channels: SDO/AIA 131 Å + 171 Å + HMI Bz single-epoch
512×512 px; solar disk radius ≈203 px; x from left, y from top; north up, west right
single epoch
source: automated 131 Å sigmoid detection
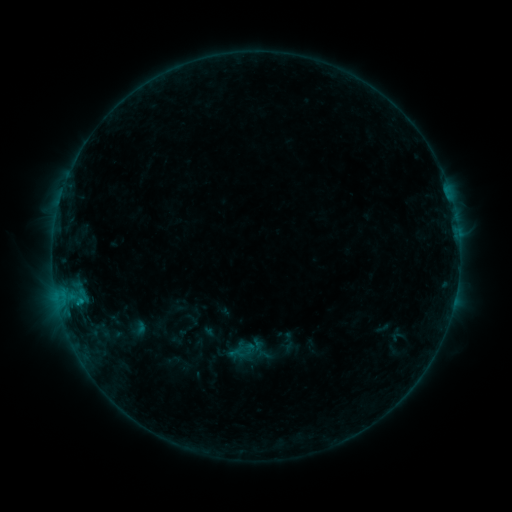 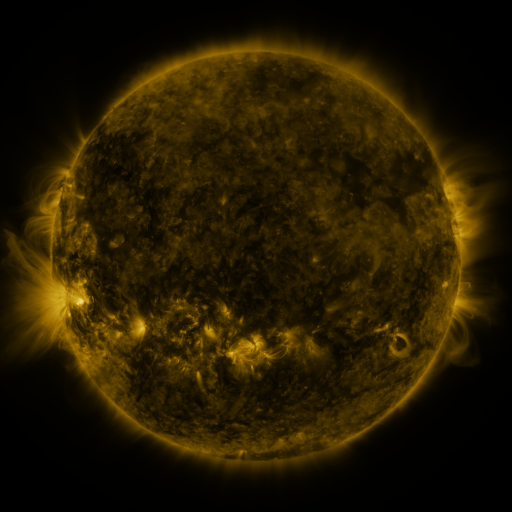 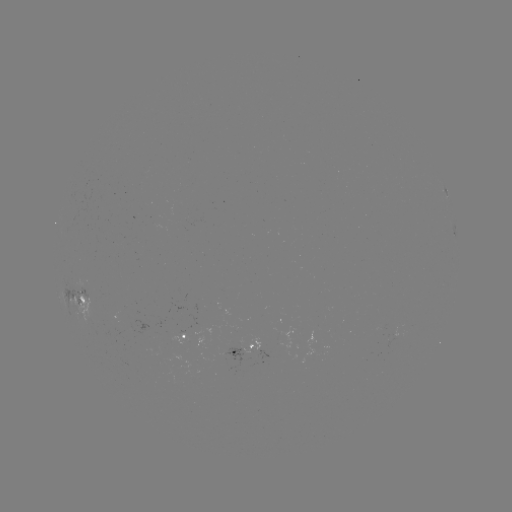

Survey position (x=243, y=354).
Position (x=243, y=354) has sigmoid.